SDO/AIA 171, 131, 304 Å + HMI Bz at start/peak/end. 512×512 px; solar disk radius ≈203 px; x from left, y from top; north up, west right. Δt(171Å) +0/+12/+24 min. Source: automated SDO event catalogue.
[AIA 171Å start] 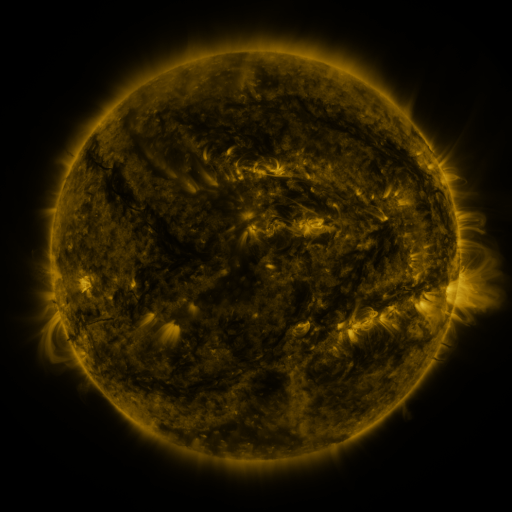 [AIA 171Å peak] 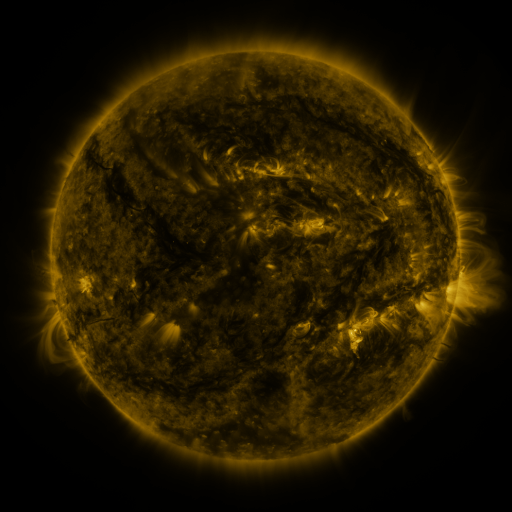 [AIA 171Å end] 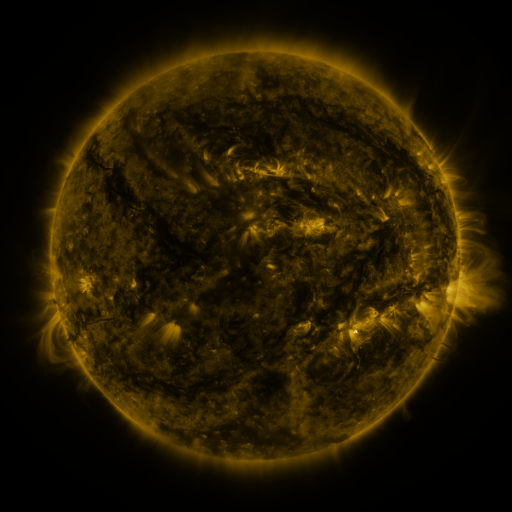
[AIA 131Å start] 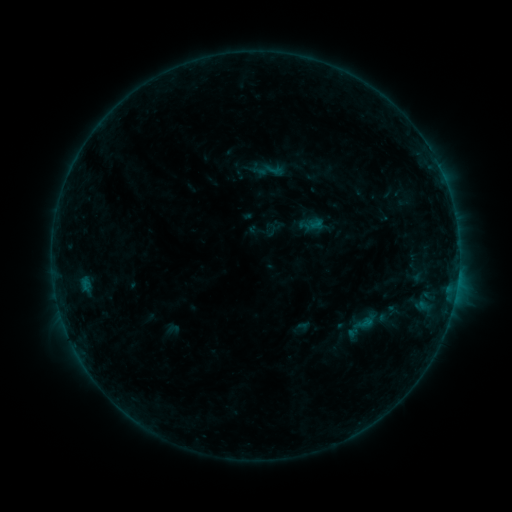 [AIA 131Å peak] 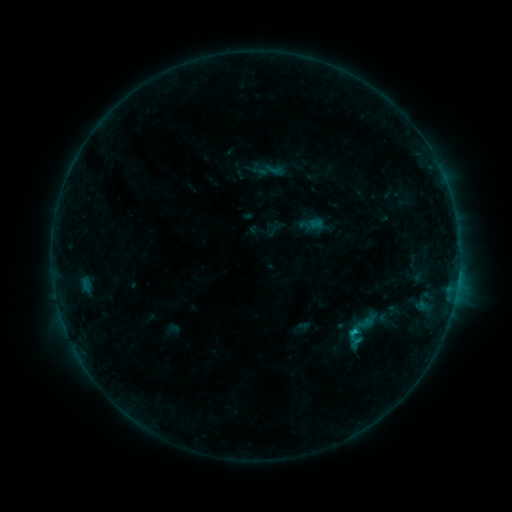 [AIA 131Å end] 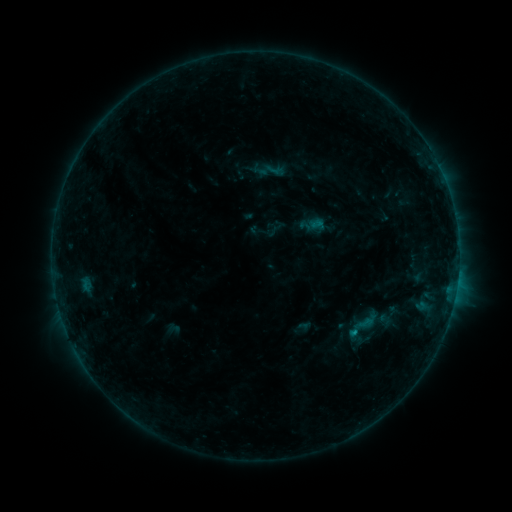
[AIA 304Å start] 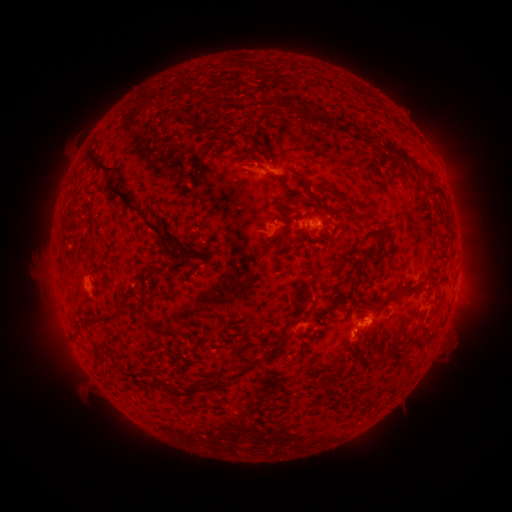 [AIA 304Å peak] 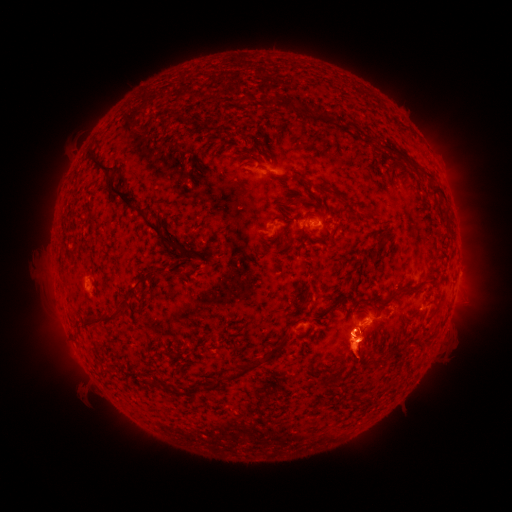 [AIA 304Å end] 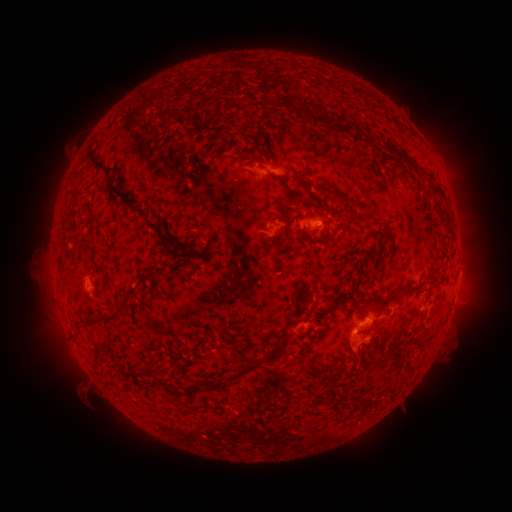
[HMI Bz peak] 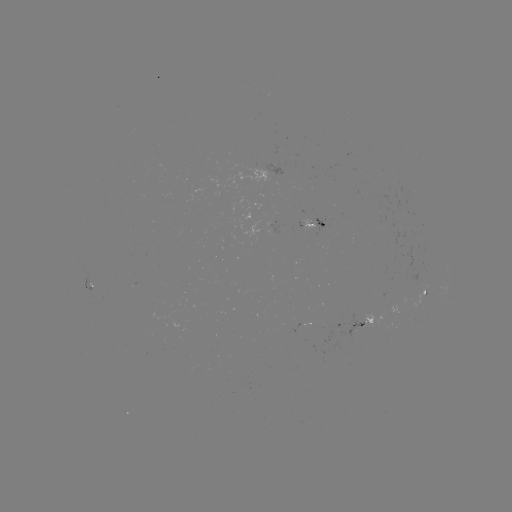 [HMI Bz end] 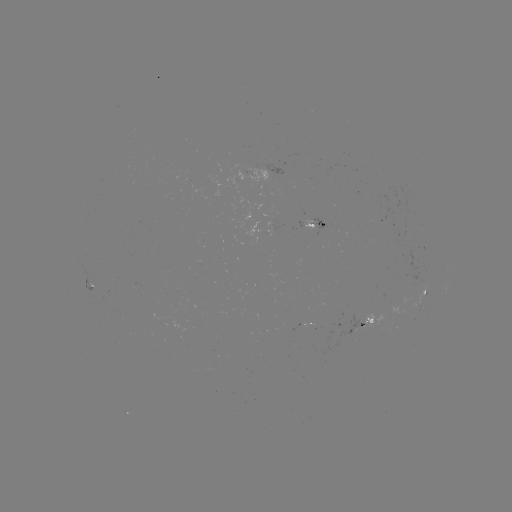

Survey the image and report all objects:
eruption: (362, 341)
